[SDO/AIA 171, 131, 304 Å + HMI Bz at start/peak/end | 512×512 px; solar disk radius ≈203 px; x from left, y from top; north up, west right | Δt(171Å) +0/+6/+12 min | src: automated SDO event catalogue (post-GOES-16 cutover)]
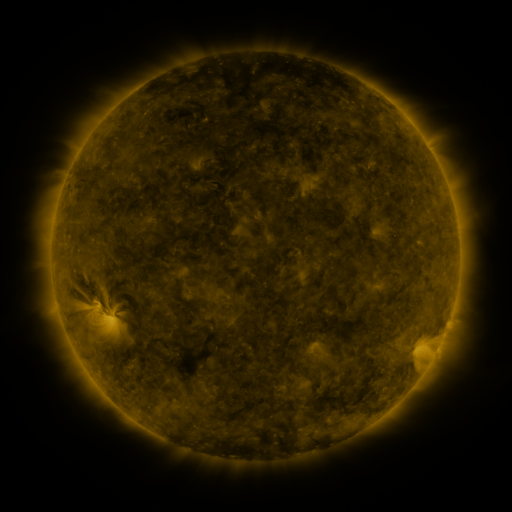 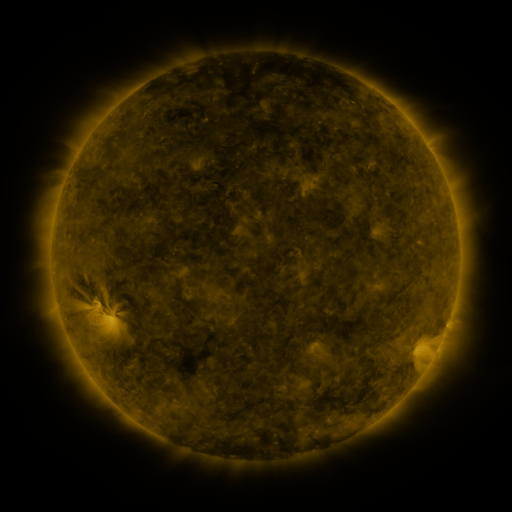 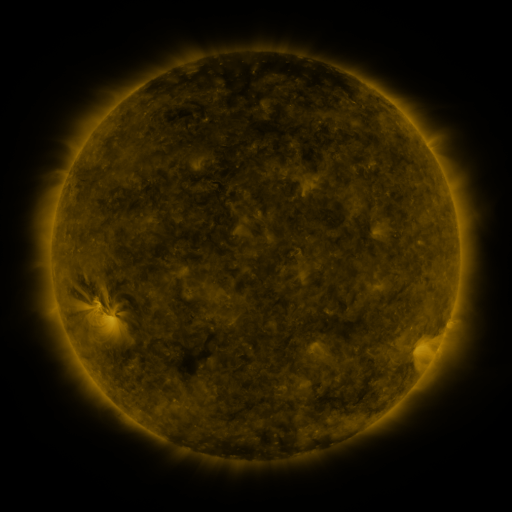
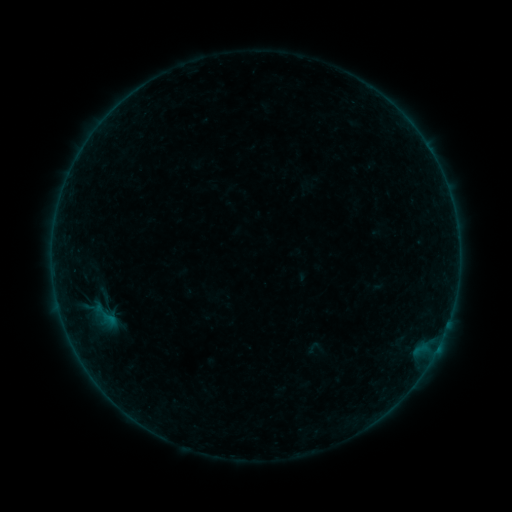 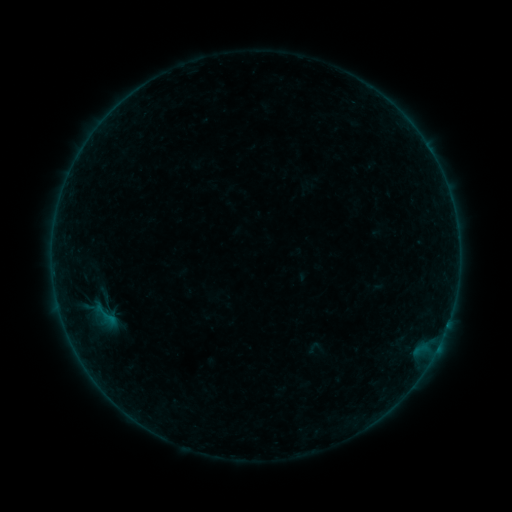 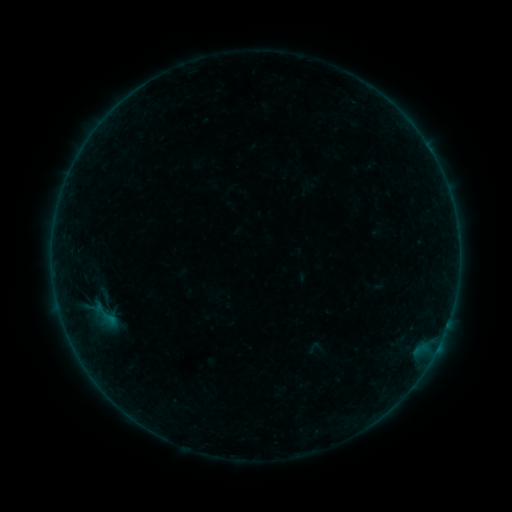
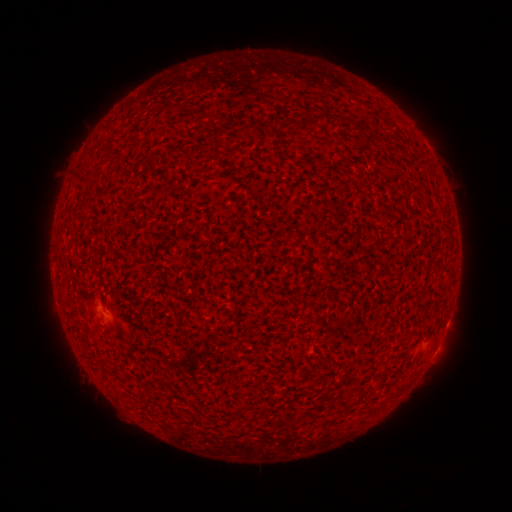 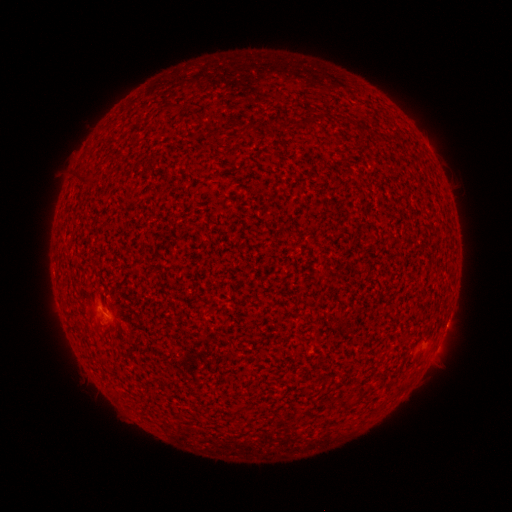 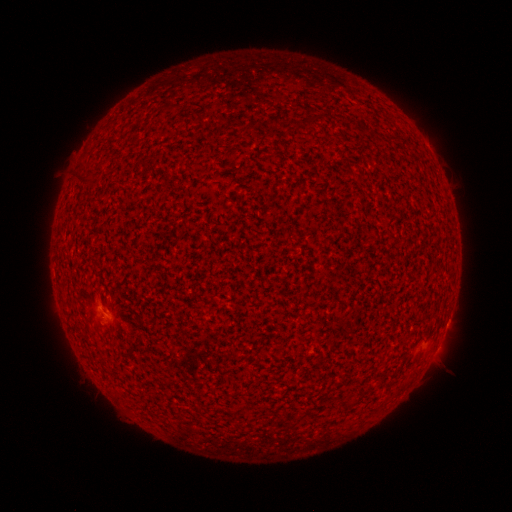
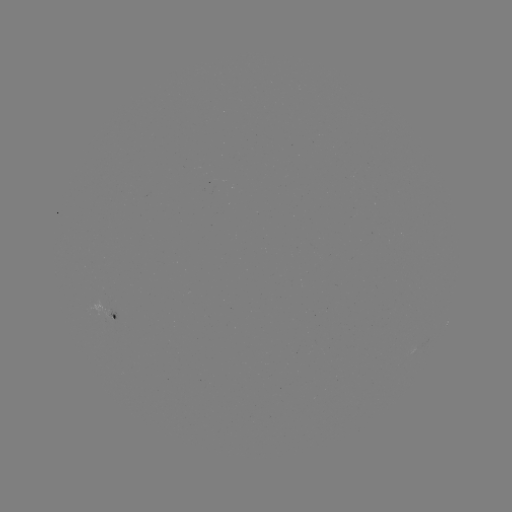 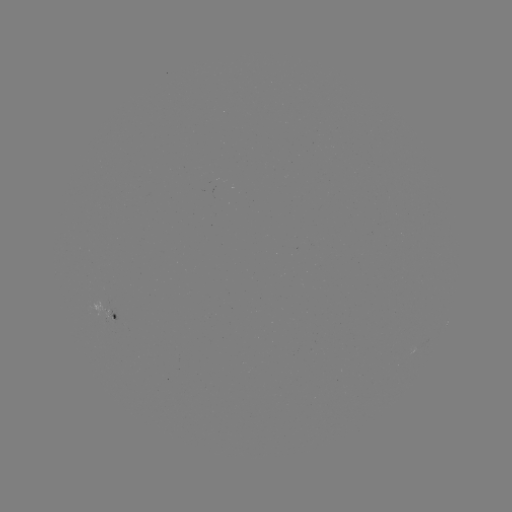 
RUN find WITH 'A7.9 flare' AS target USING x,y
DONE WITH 106,314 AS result